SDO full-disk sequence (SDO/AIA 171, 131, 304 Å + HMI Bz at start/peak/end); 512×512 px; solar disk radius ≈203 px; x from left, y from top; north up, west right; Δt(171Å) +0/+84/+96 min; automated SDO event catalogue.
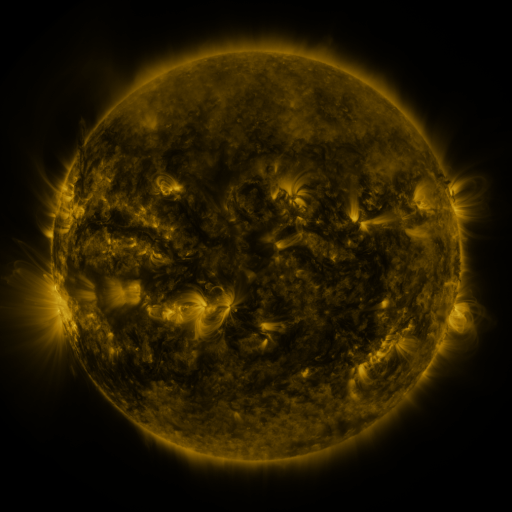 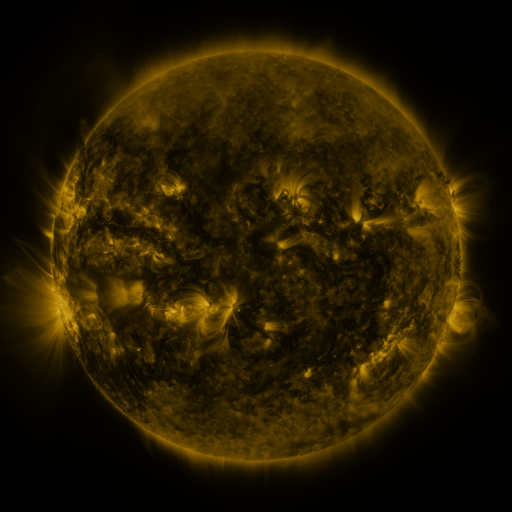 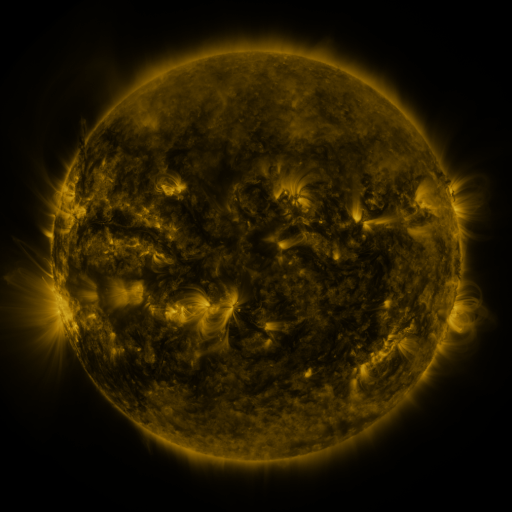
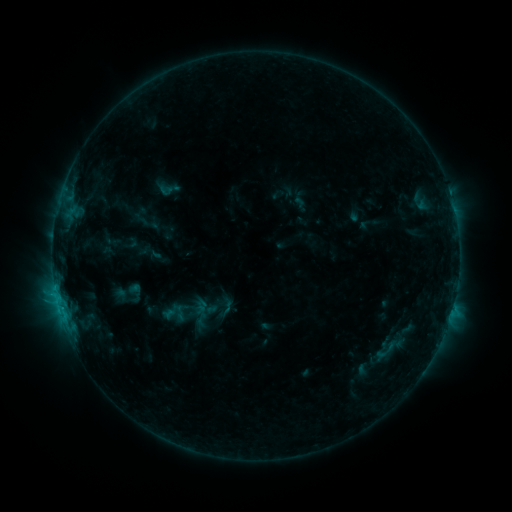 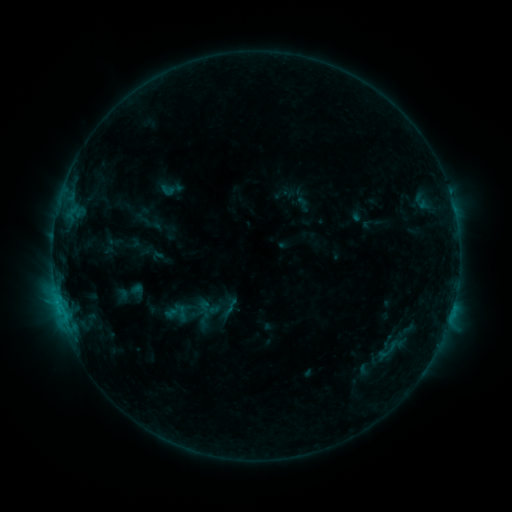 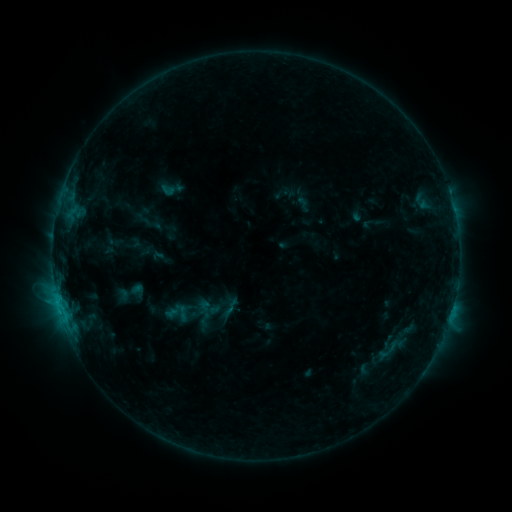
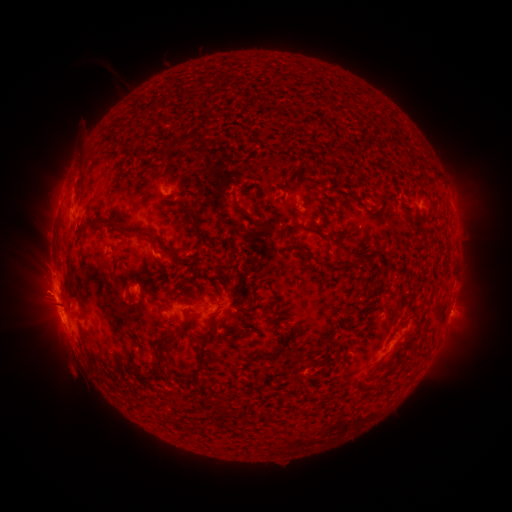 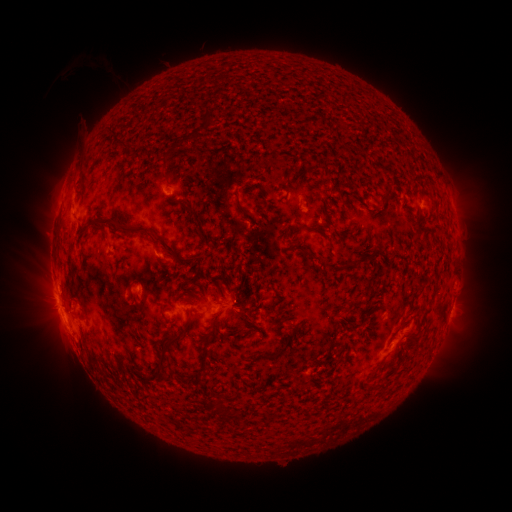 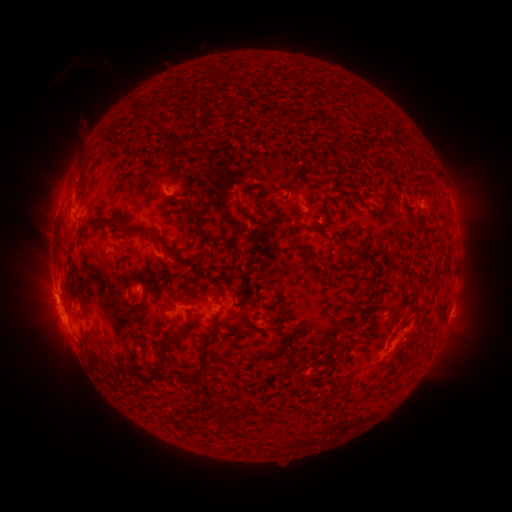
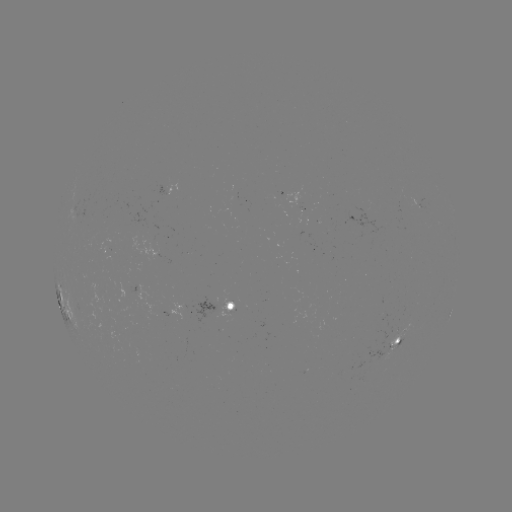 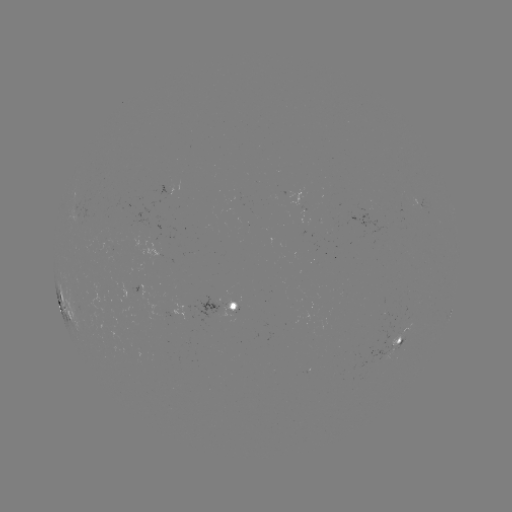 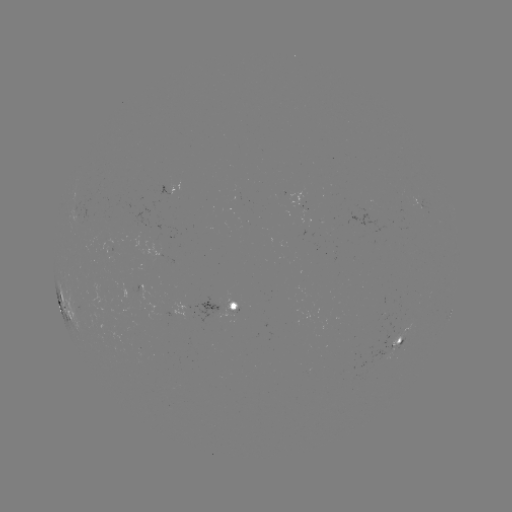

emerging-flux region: (115, 202, 158, 248)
